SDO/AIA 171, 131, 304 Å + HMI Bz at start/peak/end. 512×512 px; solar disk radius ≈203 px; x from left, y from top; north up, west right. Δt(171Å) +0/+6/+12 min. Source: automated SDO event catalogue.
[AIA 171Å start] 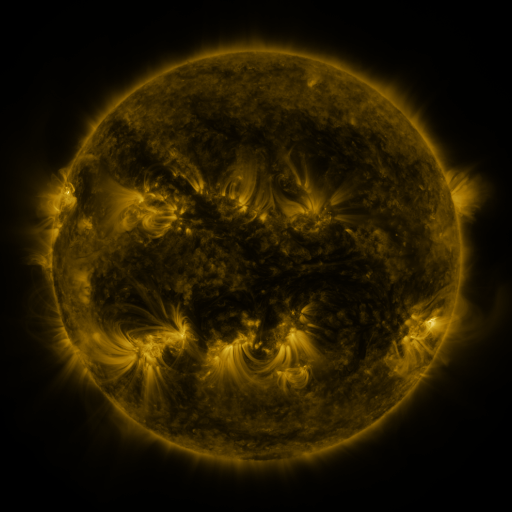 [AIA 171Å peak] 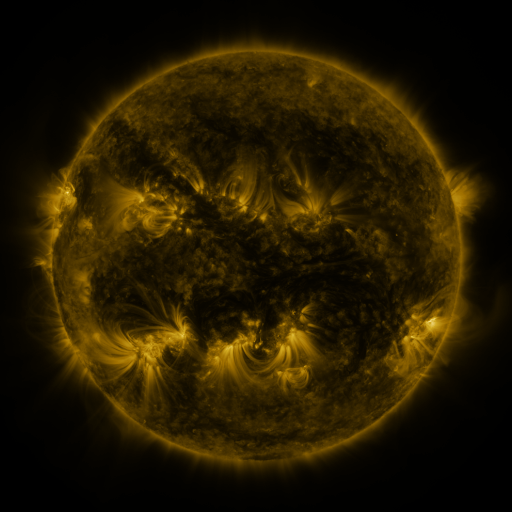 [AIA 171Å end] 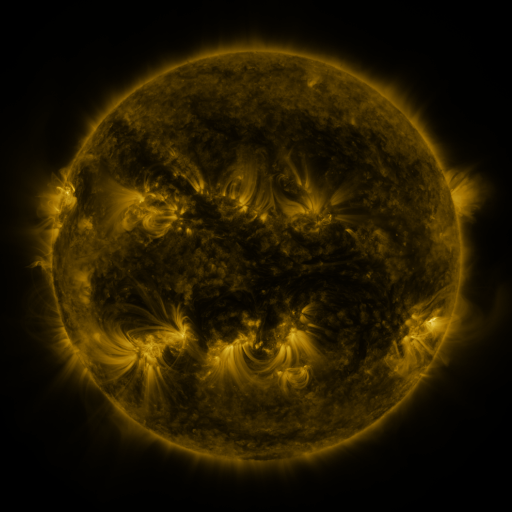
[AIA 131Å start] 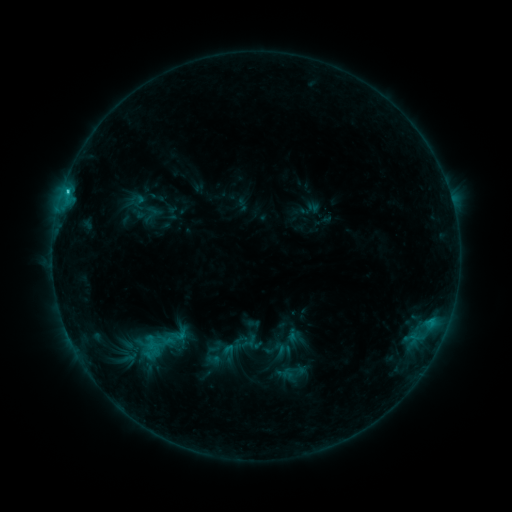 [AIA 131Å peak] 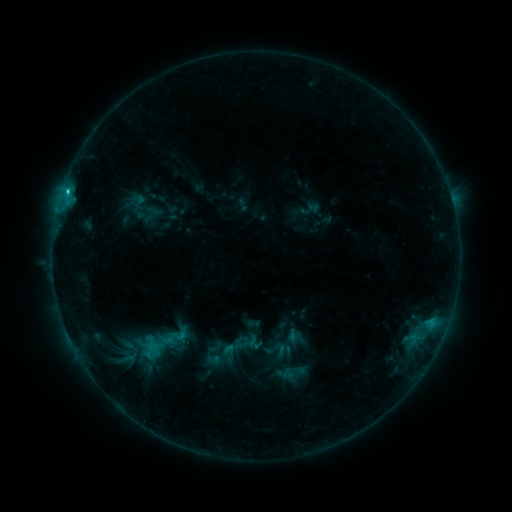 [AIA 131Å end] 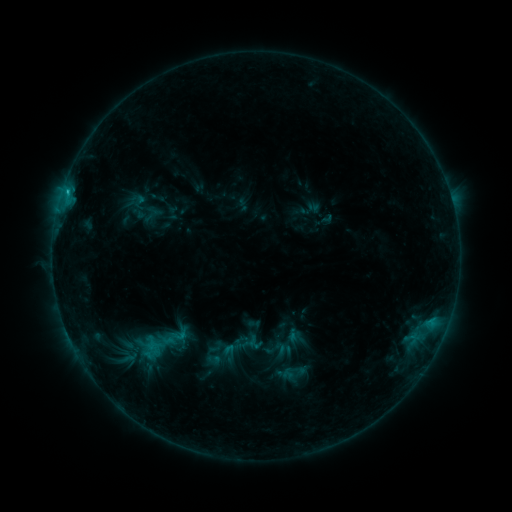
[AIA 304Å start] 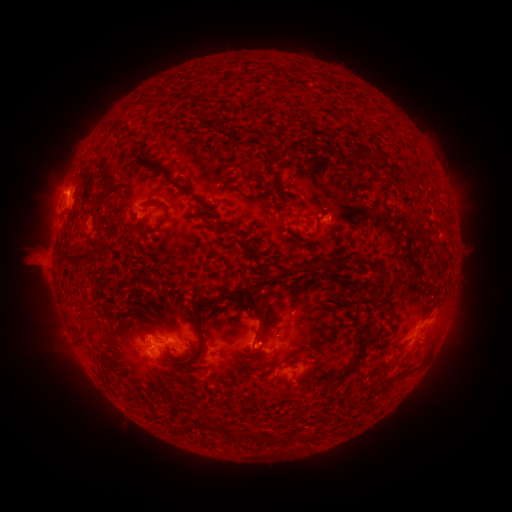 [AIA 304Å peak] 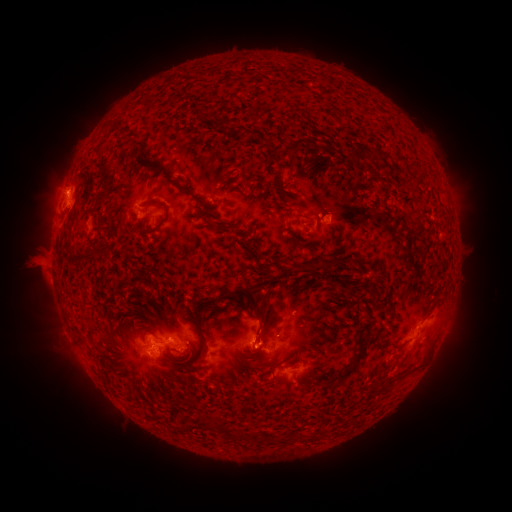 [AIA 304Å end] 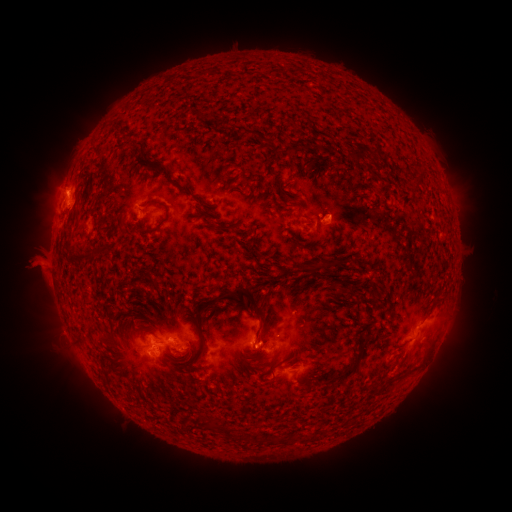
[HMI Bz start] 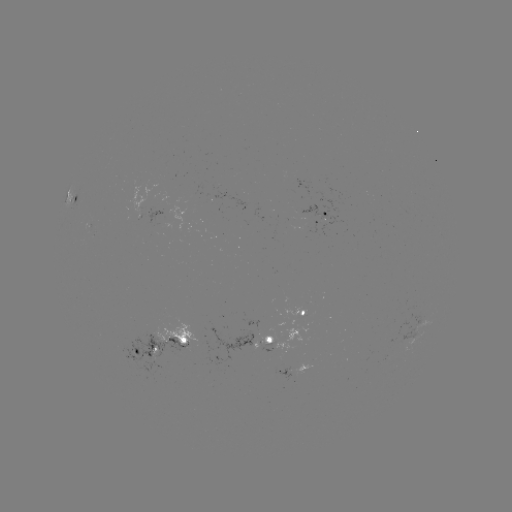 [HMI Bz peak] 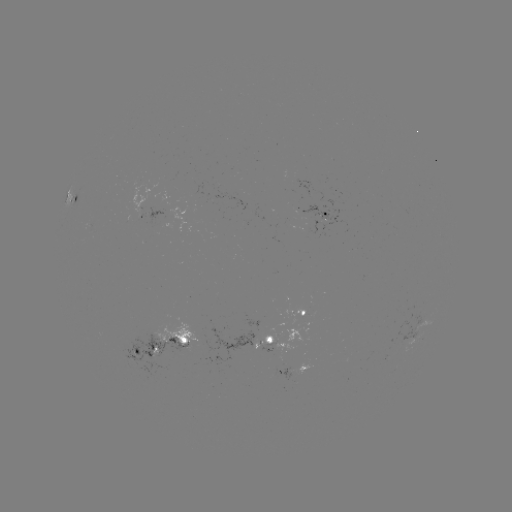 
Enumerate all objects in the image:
eruption: (31, 265)
